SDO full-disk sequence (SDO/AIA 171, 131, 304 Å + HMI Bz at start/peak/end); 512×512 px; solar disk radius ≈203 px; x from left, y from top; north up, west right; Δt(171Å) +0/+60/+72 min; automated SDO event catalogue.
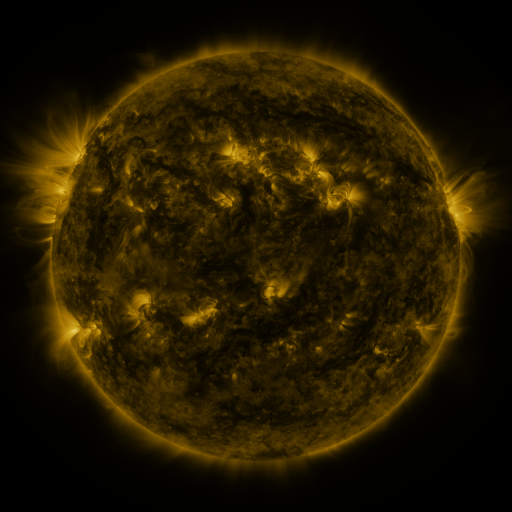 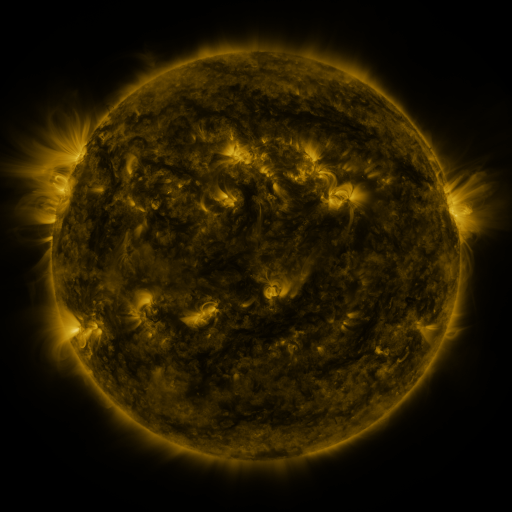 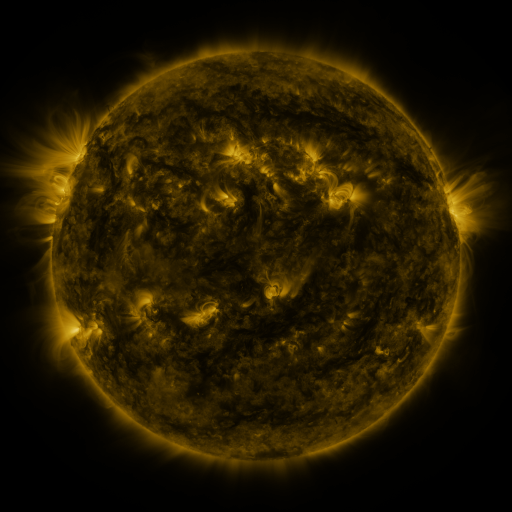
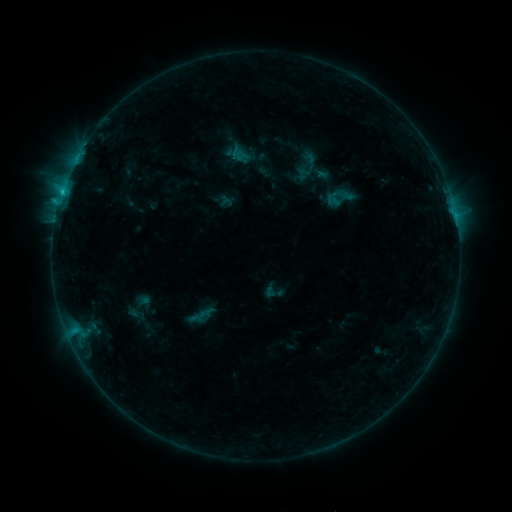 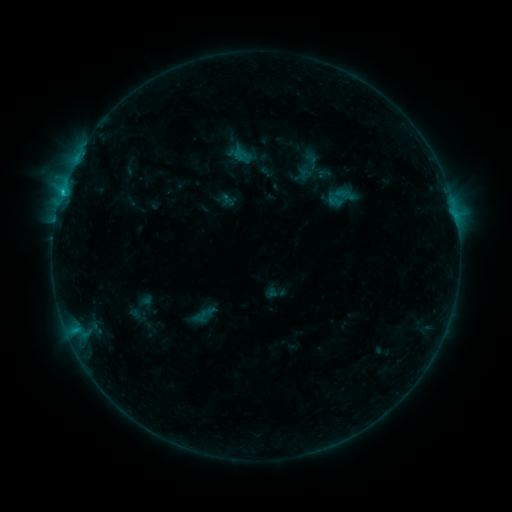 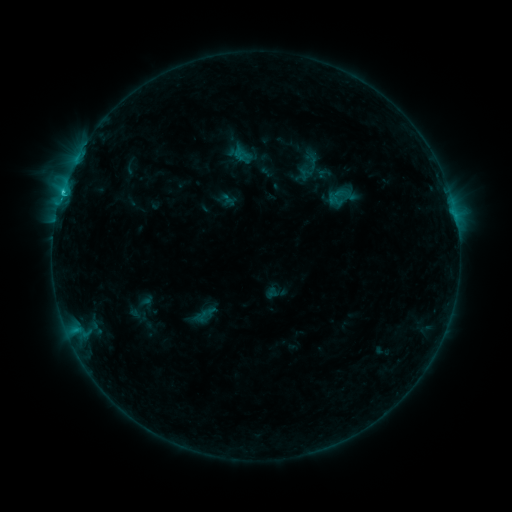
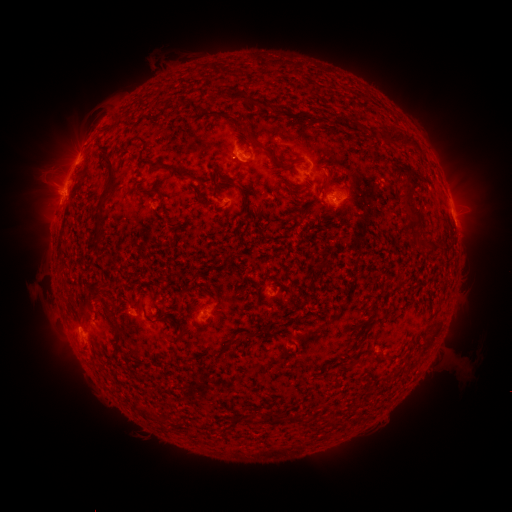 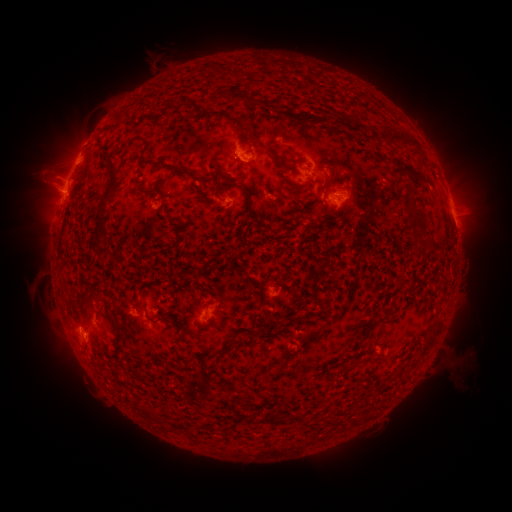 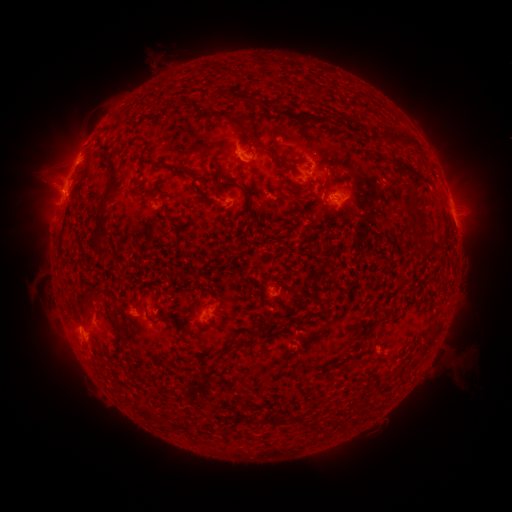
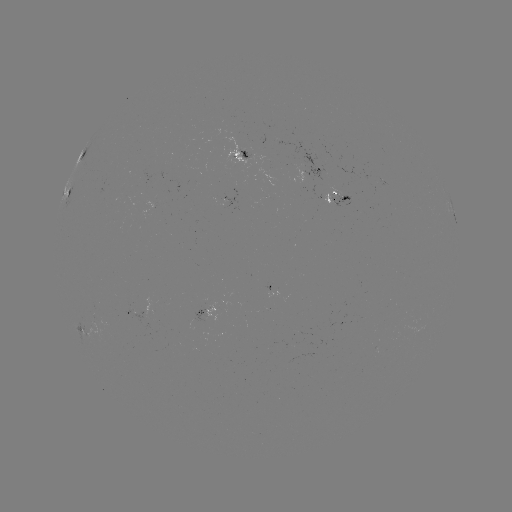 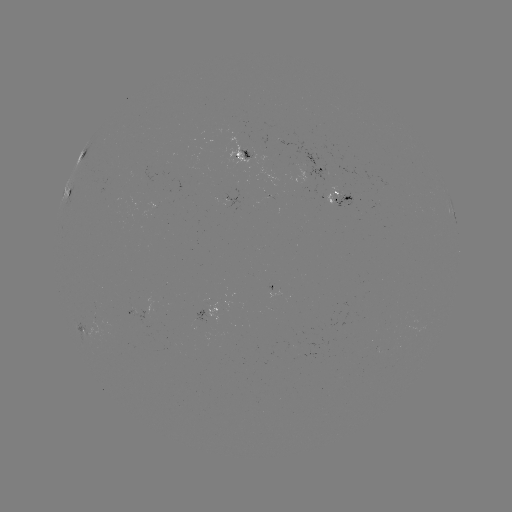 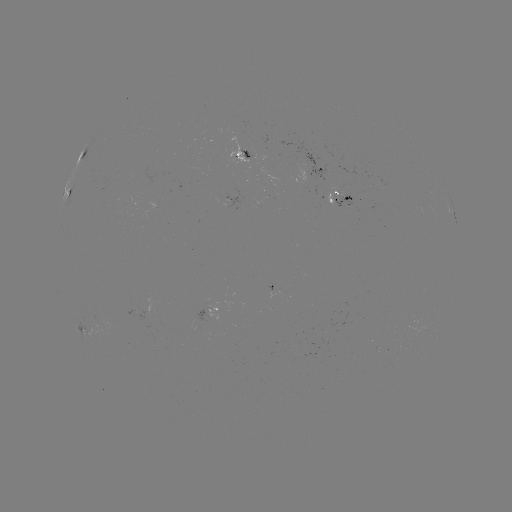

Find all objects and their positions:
emerging-flux region: (264, 200)
